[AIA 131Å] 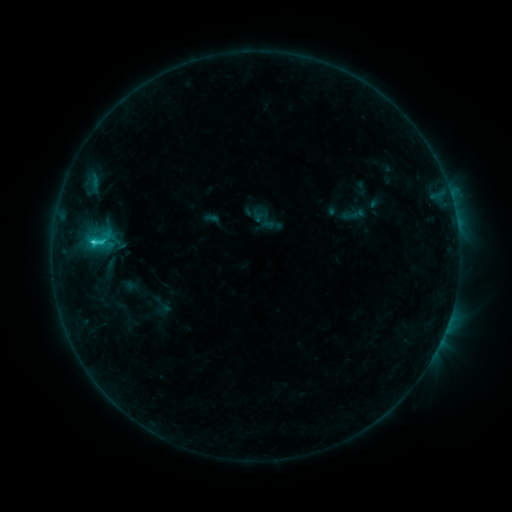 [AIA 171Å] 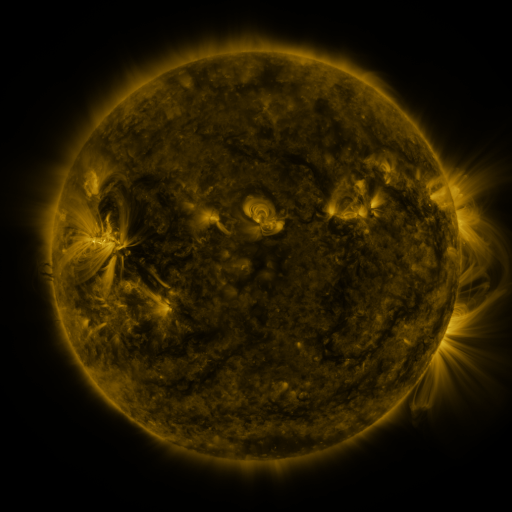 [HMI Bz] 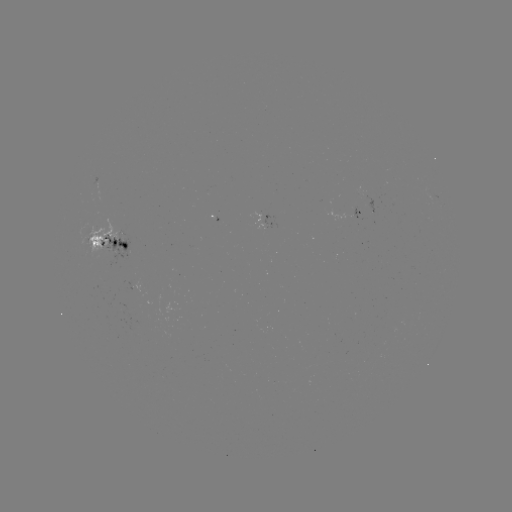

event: sigmoid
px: (100, 239)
